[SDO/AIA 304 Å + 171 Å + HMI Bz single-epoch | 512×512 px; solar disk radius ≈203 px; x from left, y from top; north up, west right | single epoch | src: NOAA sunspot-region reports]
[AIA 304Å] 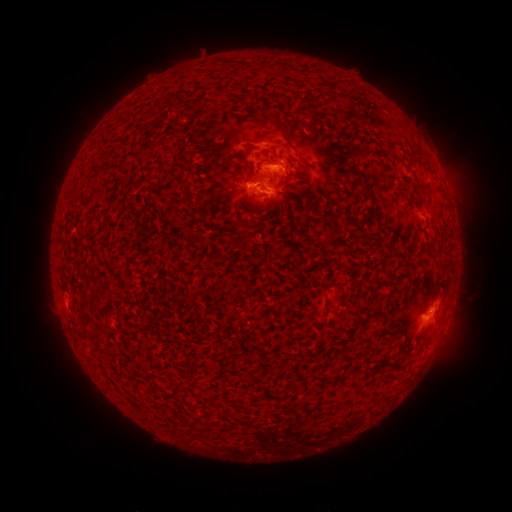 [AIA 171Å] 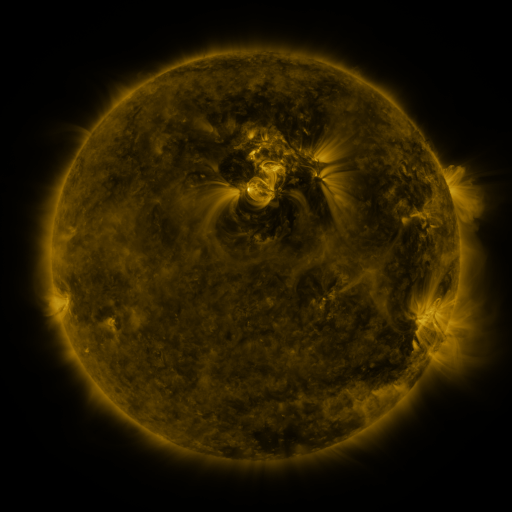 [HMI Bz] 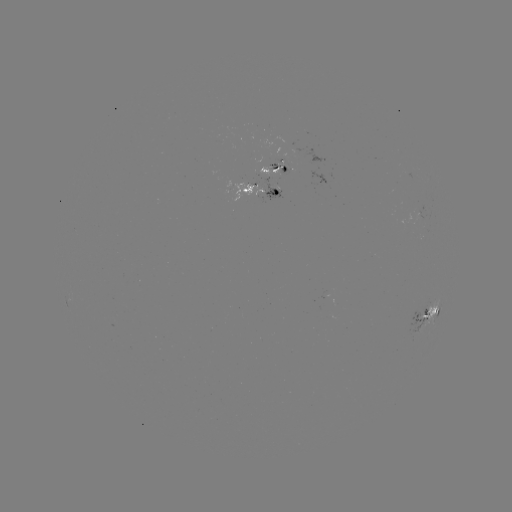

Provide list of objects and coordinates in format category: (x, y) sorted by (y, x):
spotted active region: (276, 169)
spotted active region: (262, 189)
spotted active region: (429, 311)
